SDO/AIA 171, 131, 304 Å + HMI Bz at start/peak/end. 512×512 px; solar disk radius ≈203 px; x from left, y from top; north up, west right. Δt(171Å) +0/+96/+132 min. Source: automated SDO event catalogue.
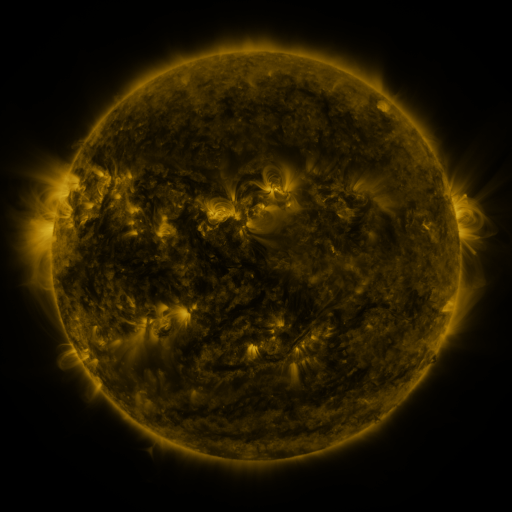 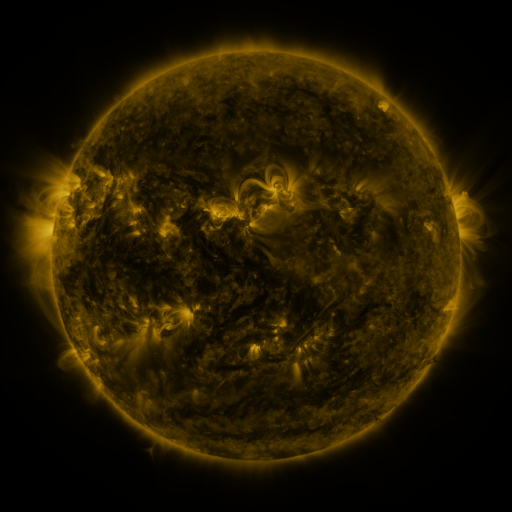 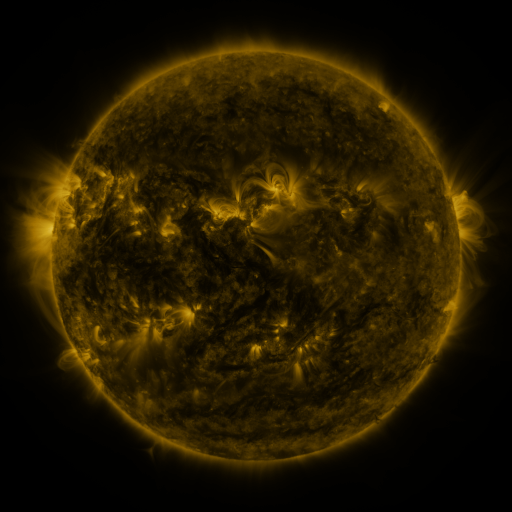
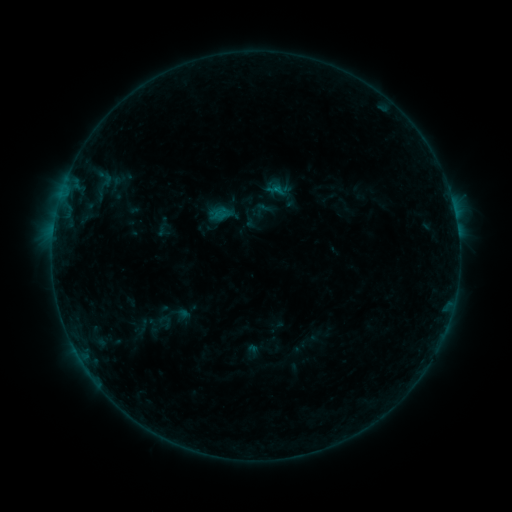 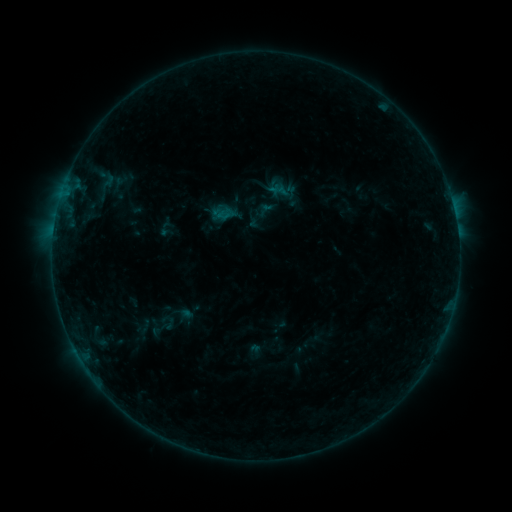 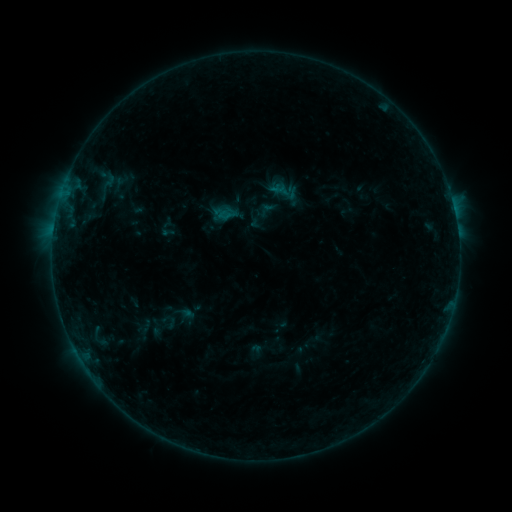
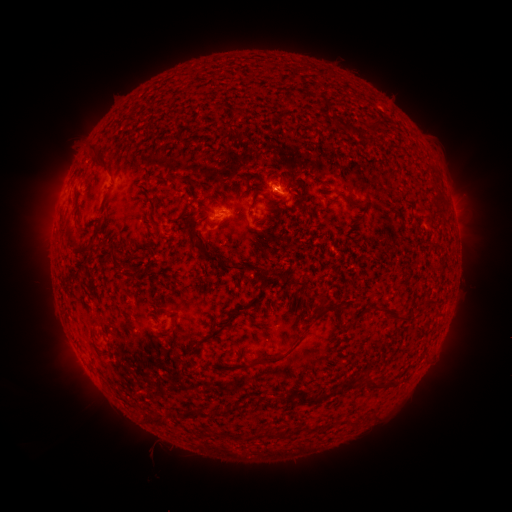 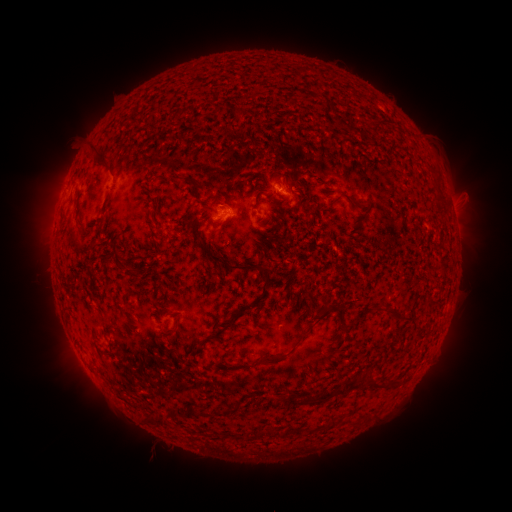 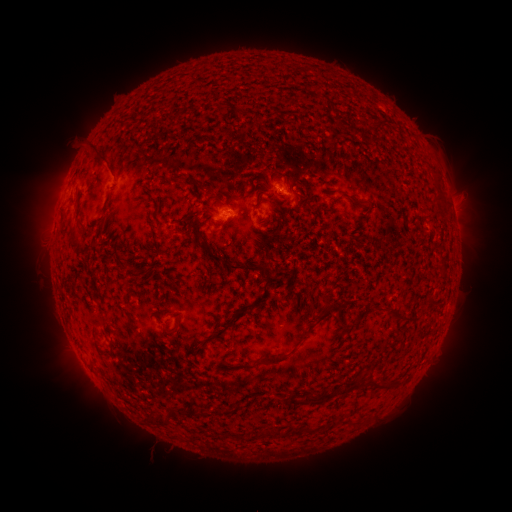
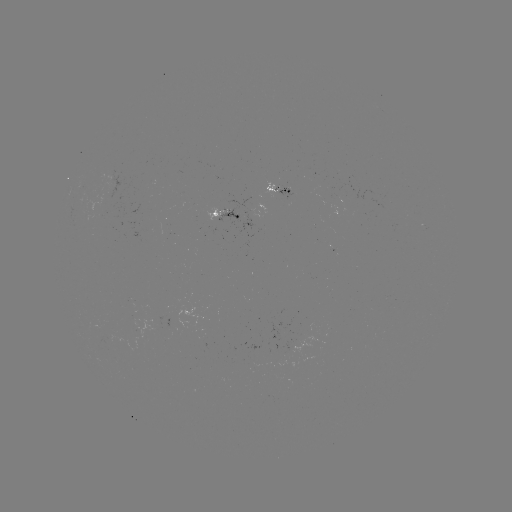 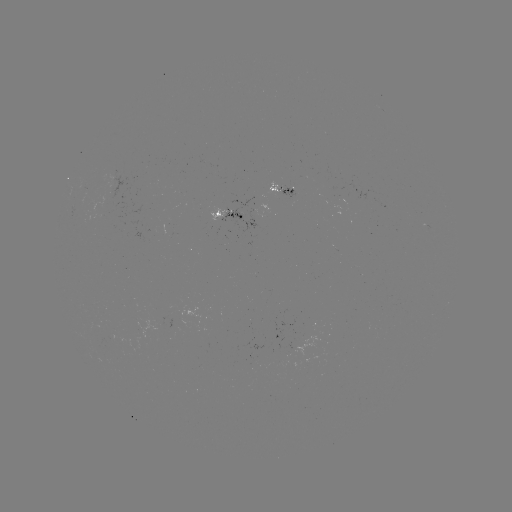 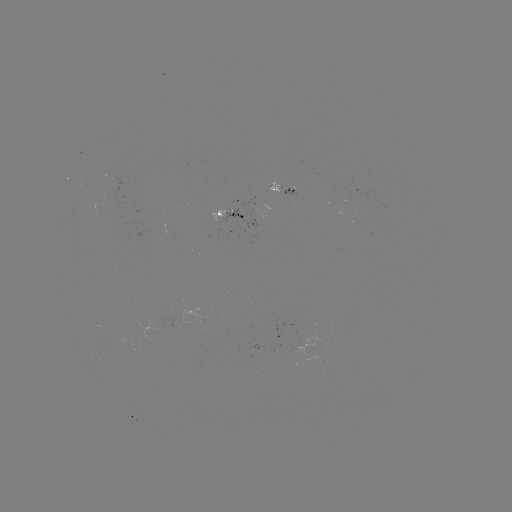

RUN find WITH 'emerging-flux region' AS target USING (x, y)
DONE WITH (284, 190) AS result